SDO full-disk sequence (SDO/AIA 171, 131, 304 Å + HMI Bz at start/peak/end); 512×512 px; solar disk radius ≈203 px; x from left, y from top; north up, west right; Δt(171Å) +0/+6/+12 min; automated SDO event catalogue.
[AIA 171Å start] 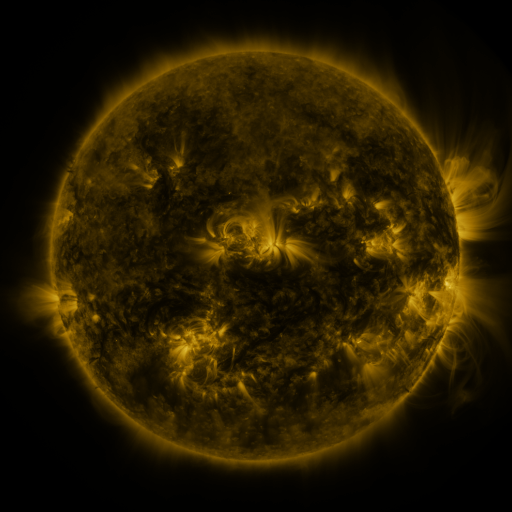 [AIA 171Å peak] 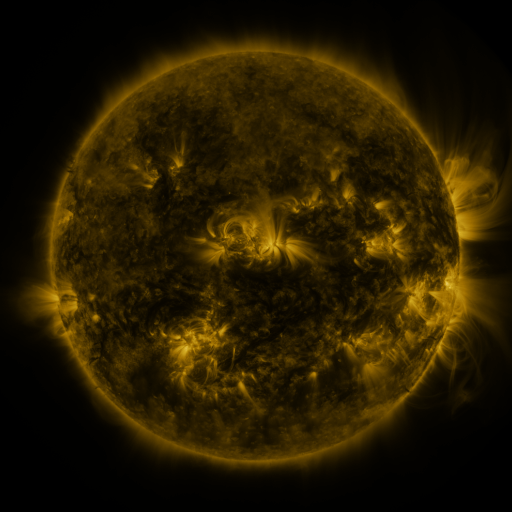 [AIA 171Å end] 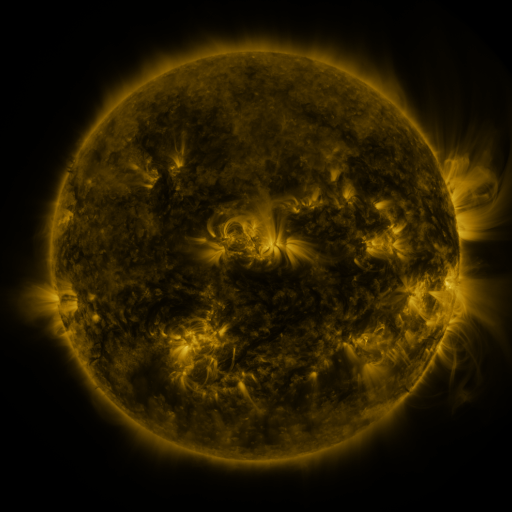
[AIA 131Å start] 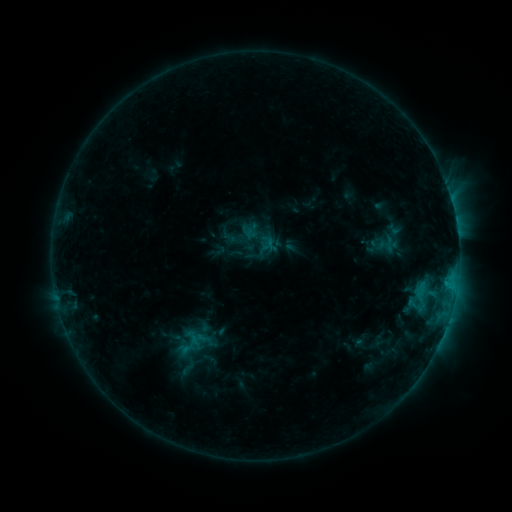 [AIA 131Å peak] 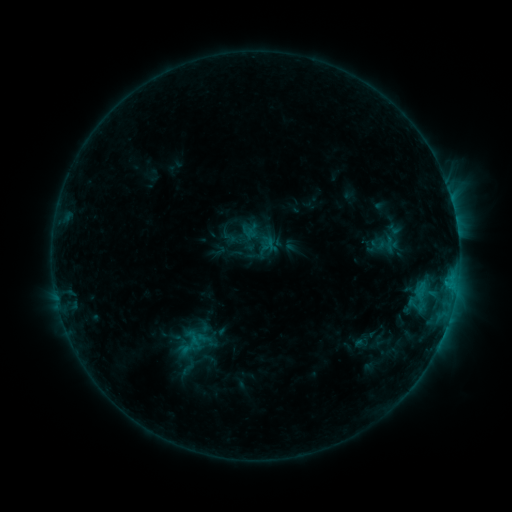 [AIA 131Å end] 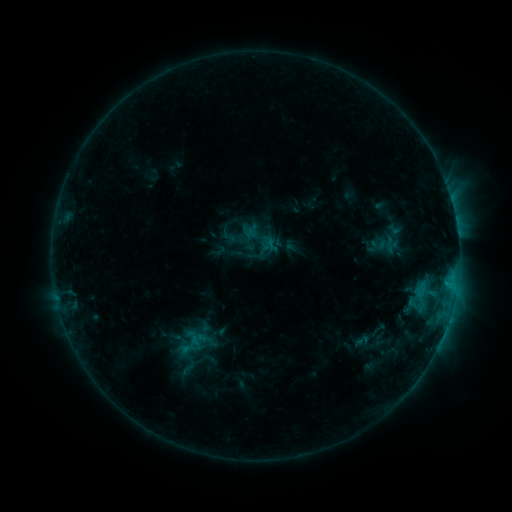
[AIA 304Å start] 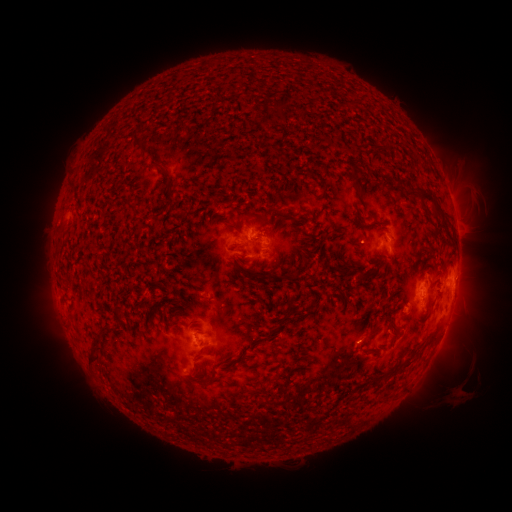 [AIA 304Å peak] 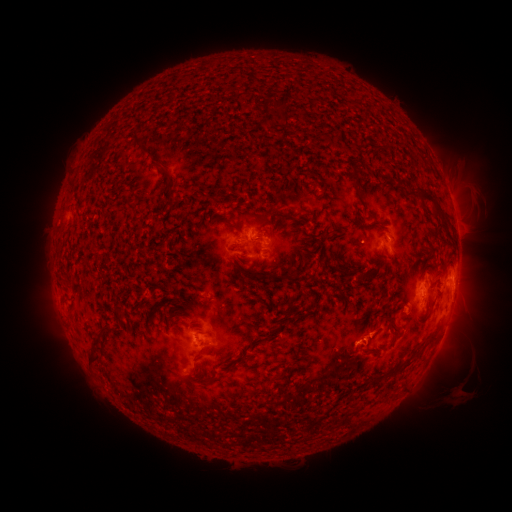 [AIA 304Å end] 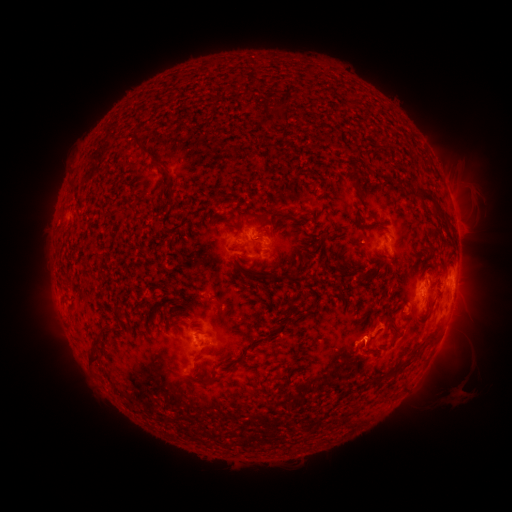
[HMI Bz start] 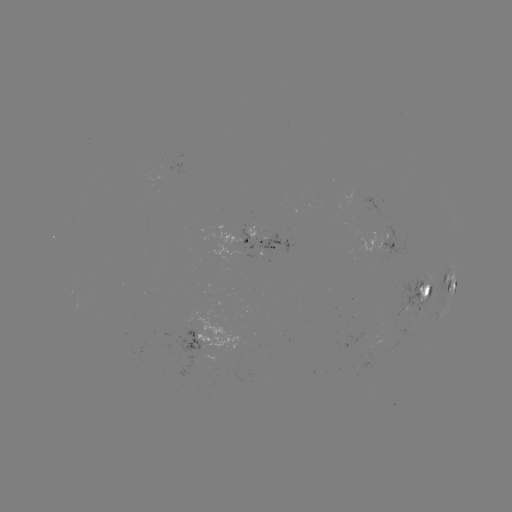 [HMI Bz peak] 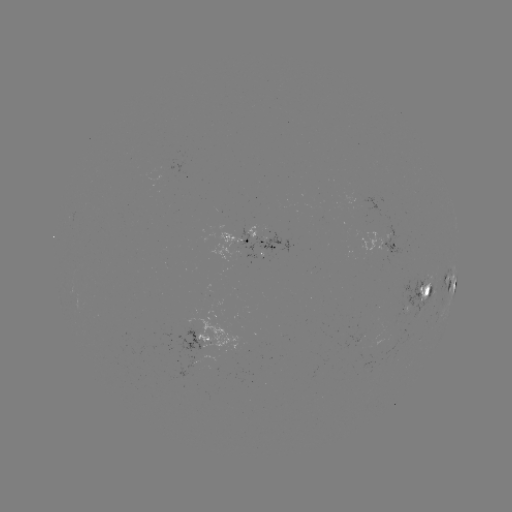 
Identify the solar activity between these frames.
eruption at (371, 335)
